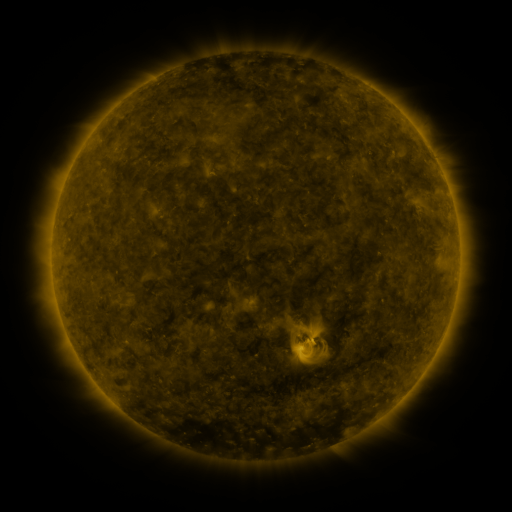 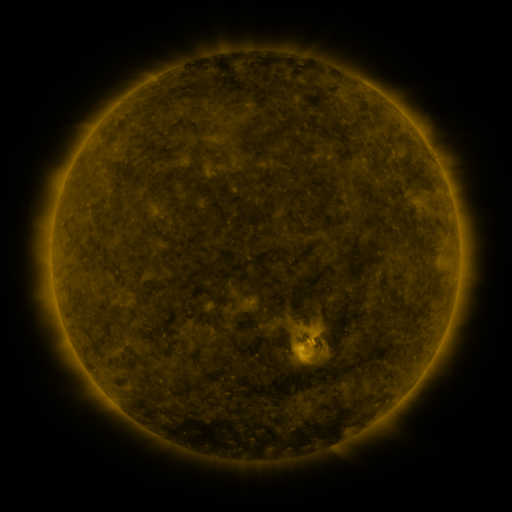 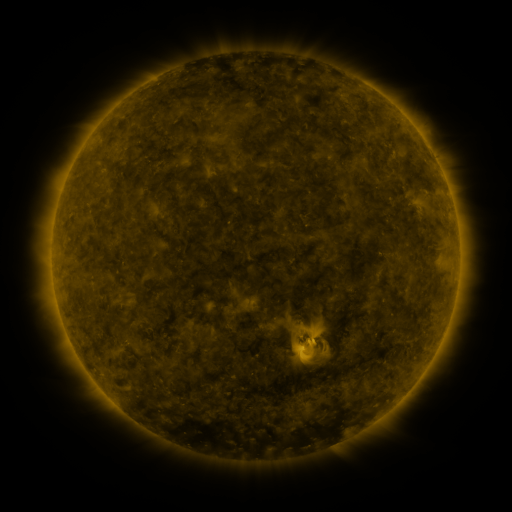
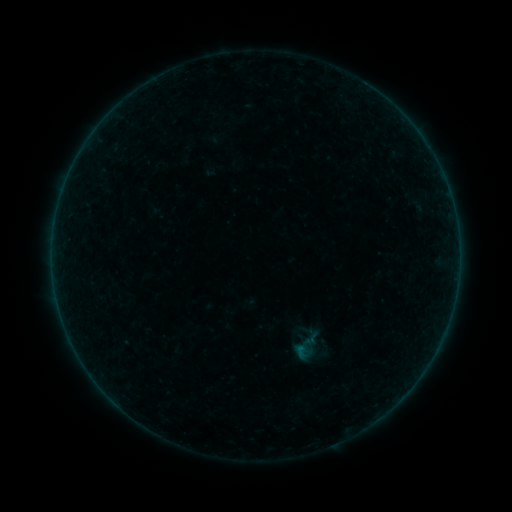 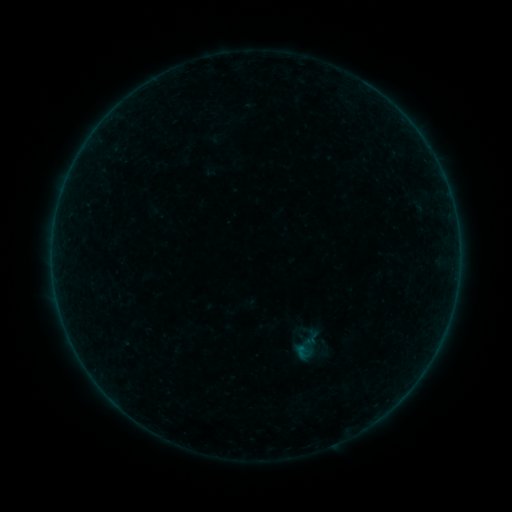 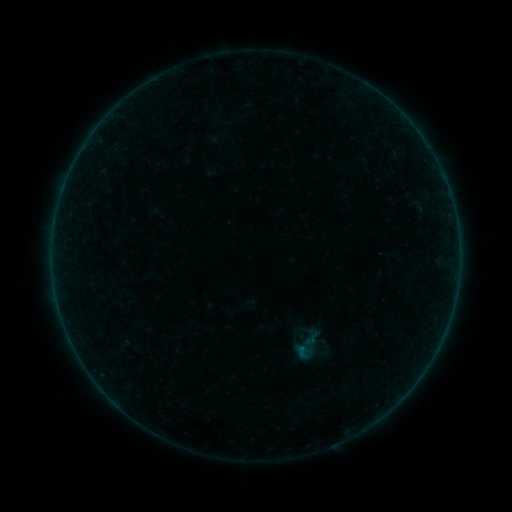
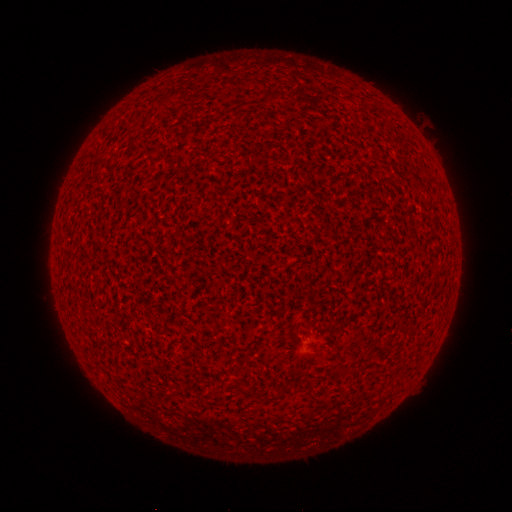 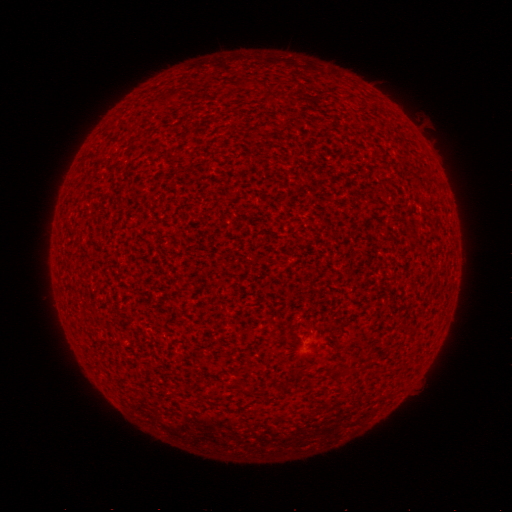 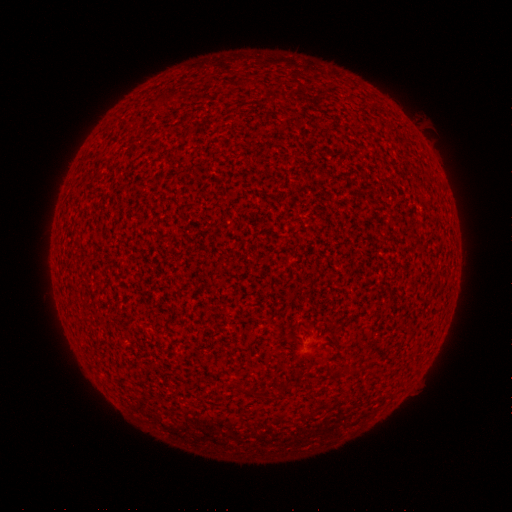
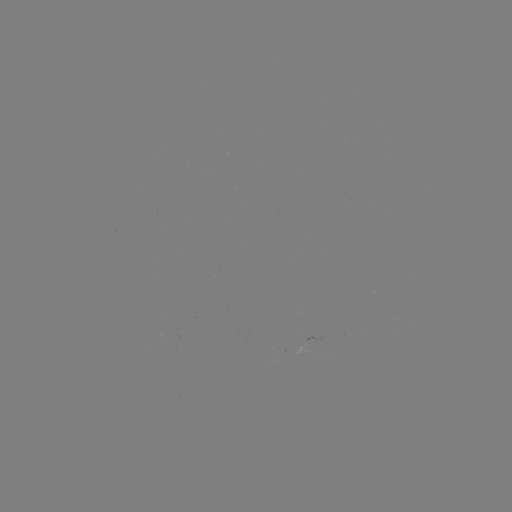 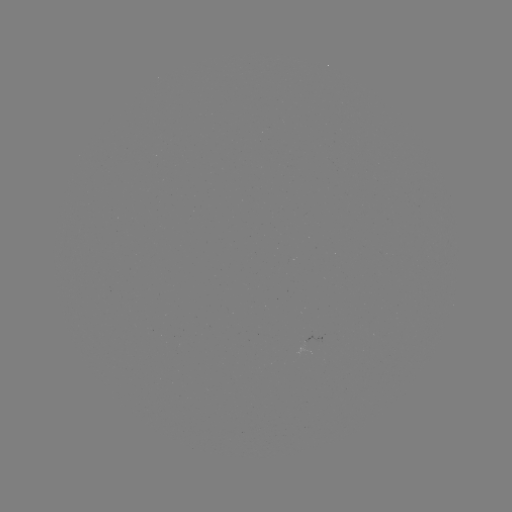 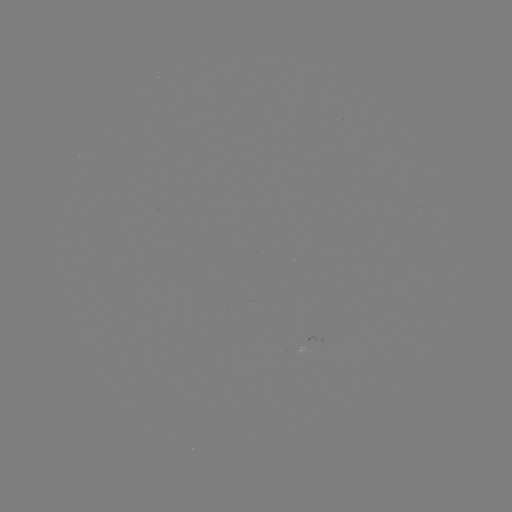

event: flare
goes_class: A1.9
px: (128, 345)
